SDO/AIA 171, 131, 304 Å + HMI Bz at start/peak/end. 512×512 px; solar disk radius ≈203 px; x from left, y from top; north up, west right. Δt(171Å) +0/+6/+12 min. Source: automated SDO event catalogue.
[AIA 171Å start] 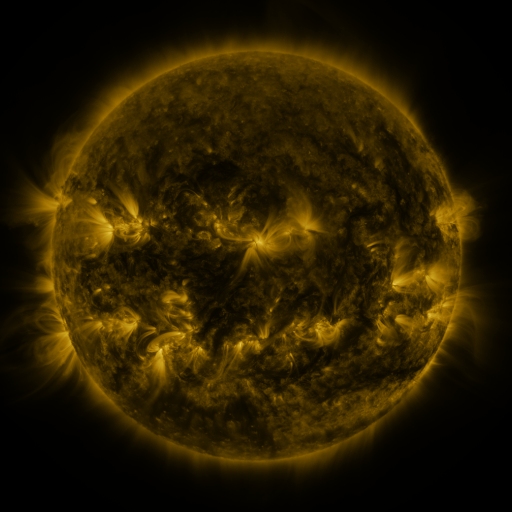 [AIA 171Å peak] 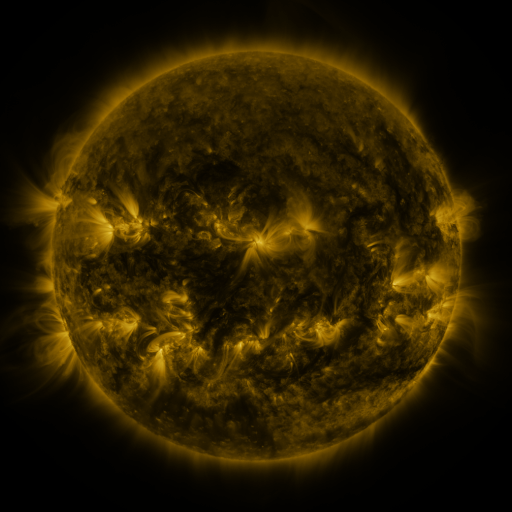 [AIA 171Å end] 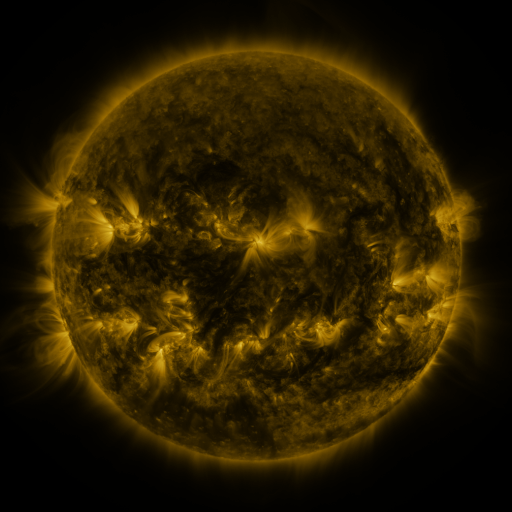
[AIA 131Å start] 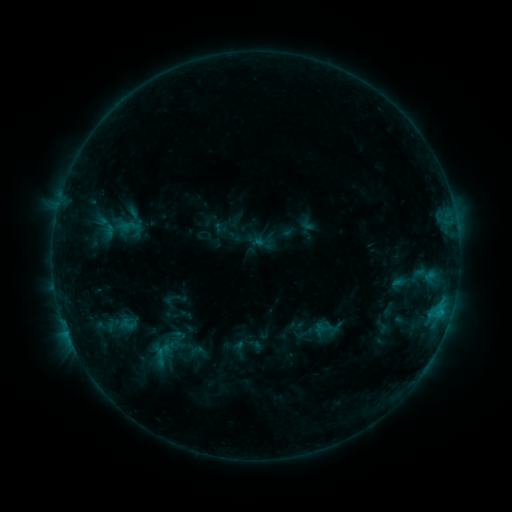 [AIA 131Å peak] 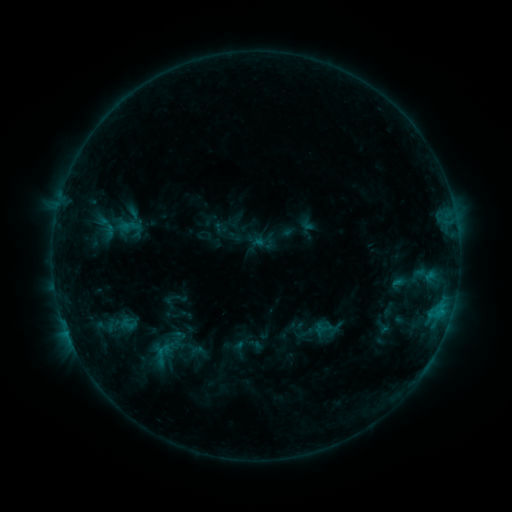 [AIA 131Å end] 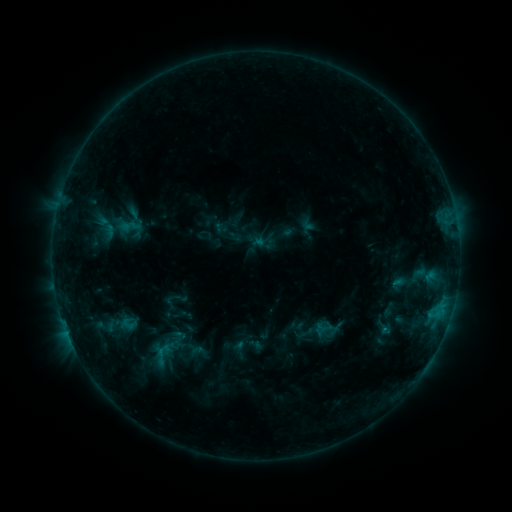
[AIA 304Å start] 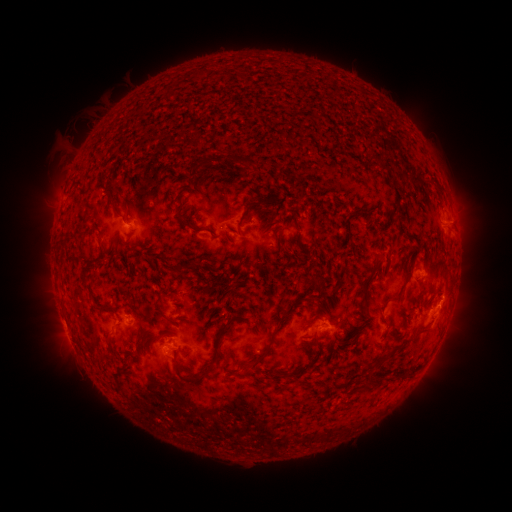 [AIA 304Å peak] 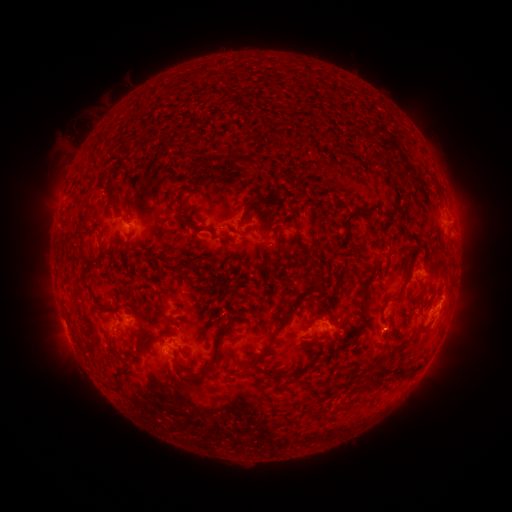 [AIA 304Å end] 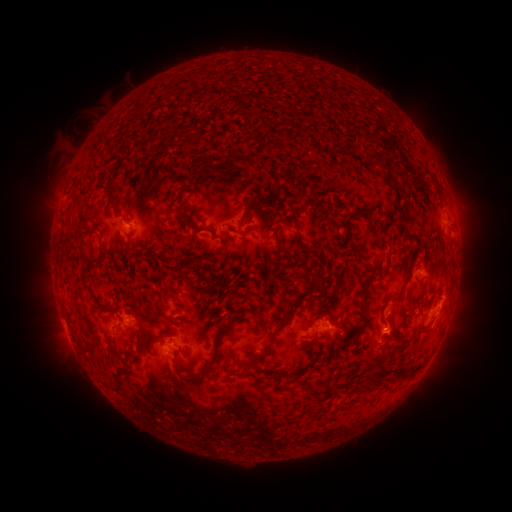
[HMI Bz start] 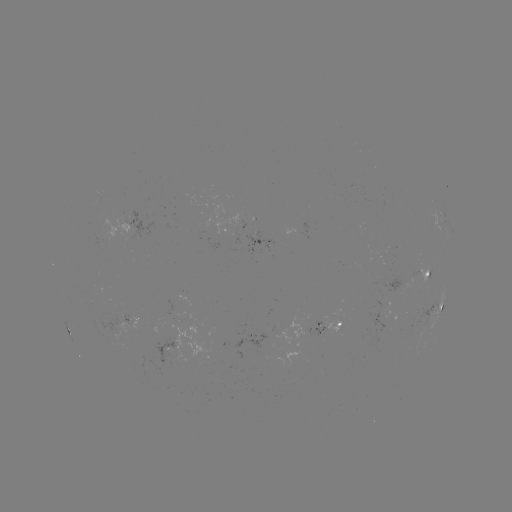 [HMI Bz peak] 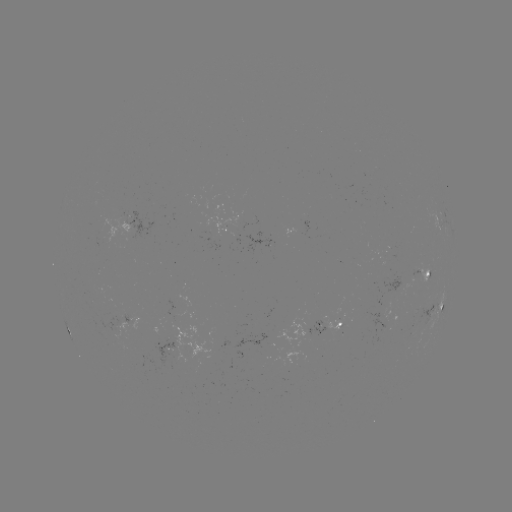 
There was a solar eruption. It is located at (394, 332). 